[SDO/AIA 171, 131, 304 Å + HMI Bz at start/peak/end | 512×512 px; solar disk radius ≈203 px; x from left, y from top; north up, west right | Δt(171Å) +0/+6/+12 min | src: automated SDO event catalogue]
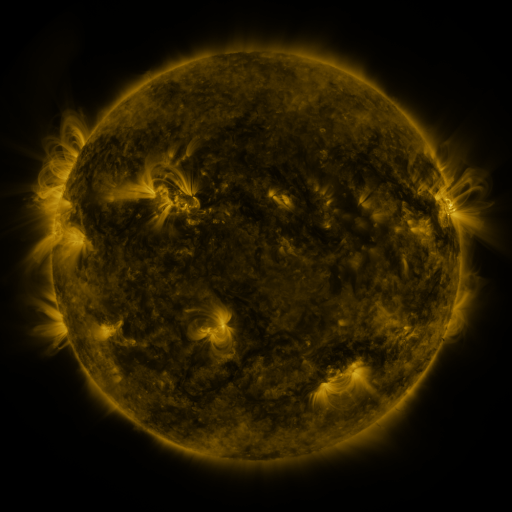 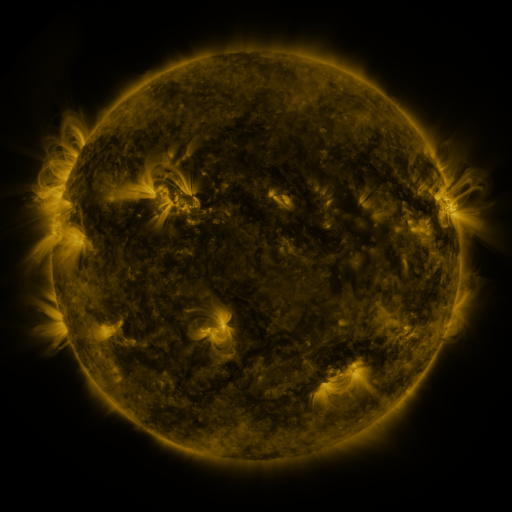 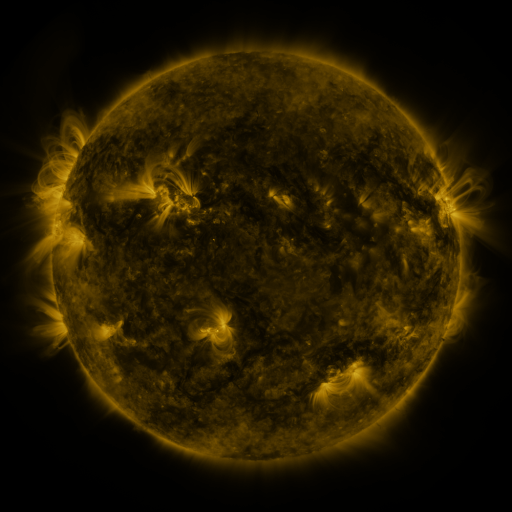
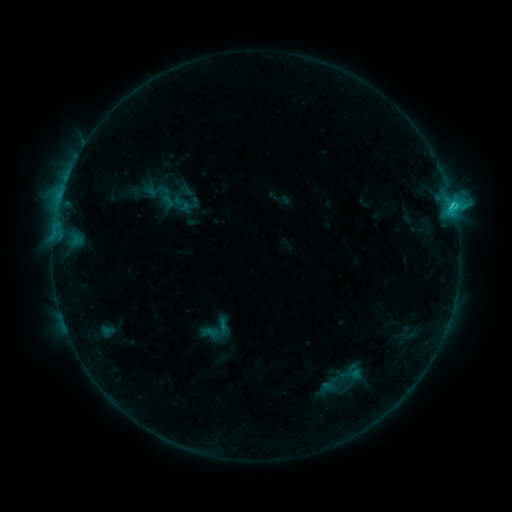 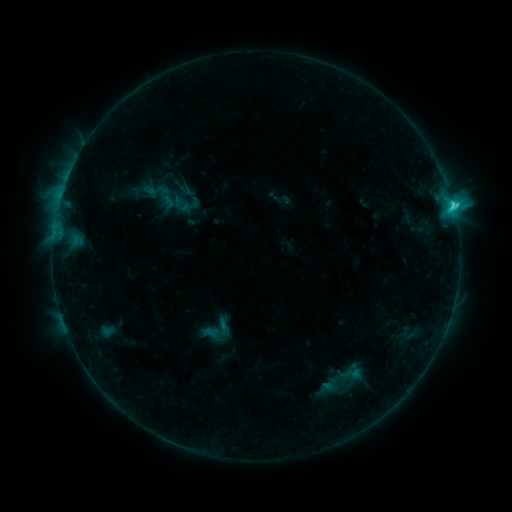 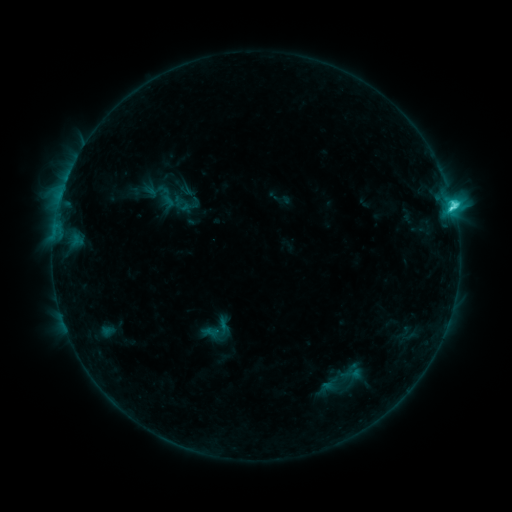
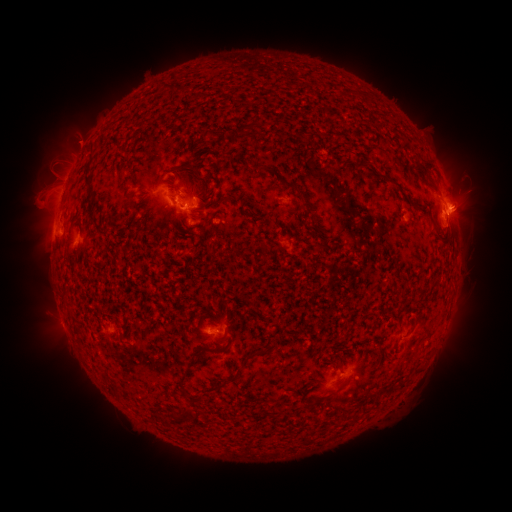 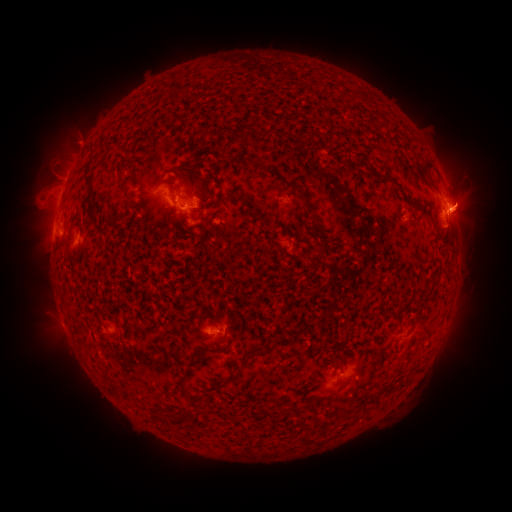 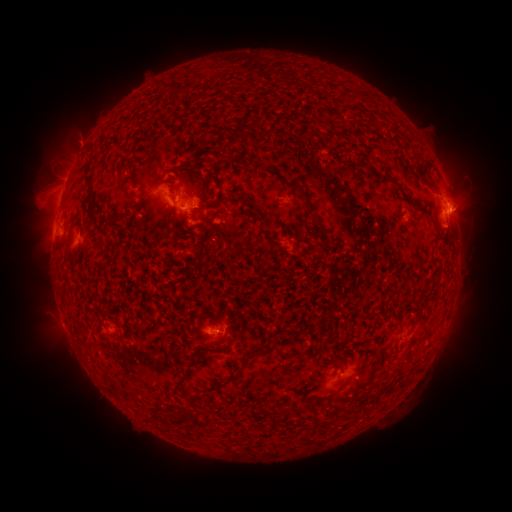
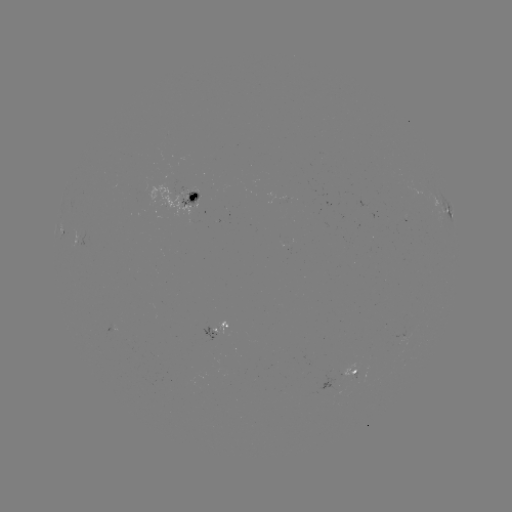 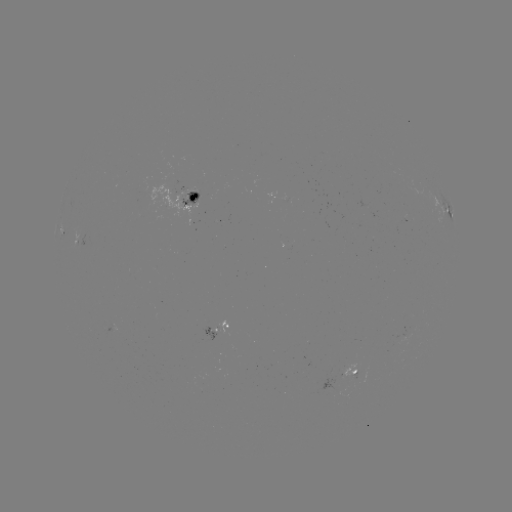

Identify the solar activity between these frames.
eruption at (470, 203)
